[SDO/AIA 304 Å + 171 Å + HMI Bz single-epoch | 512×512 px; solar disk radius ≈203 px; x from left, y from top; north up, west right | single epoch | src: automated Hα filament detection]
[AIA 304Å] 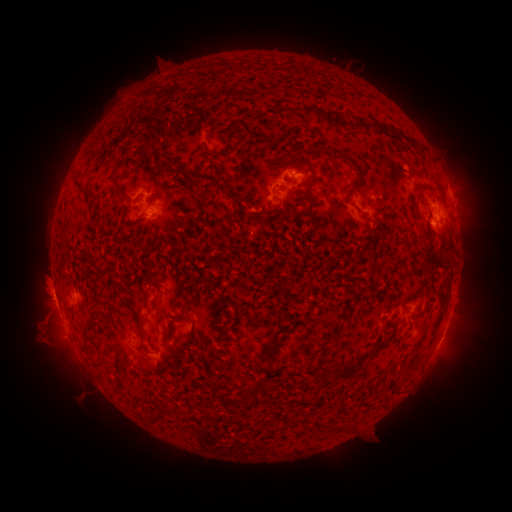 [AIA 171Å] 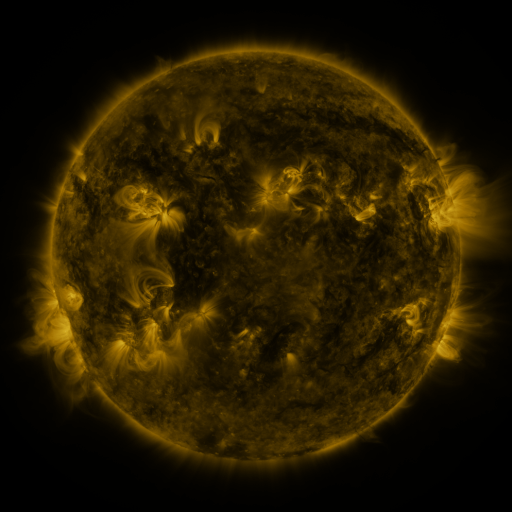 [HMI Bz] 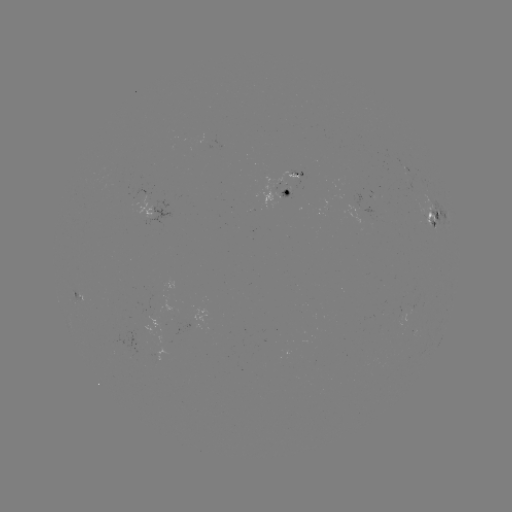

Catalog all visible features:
filament: (288, 112)
filament: (333, 118)
filament: (254, 136)
filament: (411, 139)
filament: (210, 156)
filament: (143, 157)
filament: (354, 165)
filament: (115, 171)
filament: (196, 177)
filament: (425, 184)
filament: (306, 186)
filament: (117, 190)
filament: (94, 201)
filament: (260, 217)
filament: (431, 258)
filament: (443, 259)
filament: (159, 291)
filament: (111, 307)
filament: (100, 320)
filament: (387, 322)
filament: (141, 333)
filament: (87, 334)
filament: (223, 334)
filament: (421, 340)
filament: (331, 341)
filament: (270, 348)
filament: (376, 350)
filament: (258, 363)
filament: (290, 366)
filament: (349, 369)
filament: (258, 387)
filament: (168, 410)
filament: (154, 418)
